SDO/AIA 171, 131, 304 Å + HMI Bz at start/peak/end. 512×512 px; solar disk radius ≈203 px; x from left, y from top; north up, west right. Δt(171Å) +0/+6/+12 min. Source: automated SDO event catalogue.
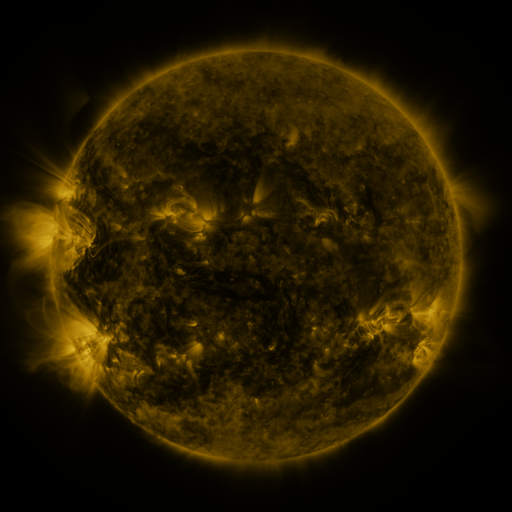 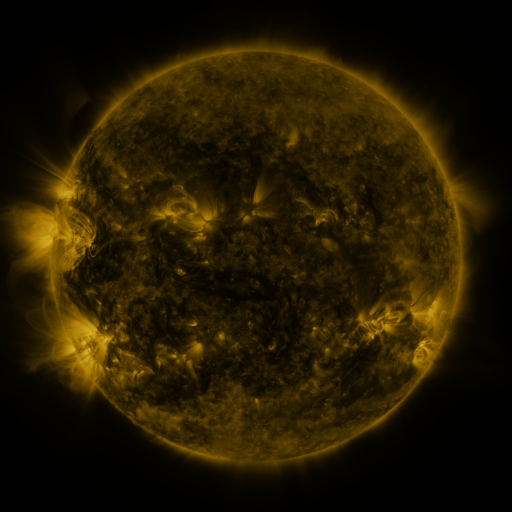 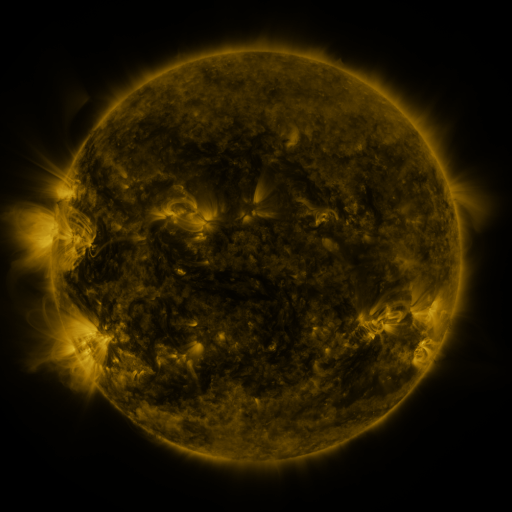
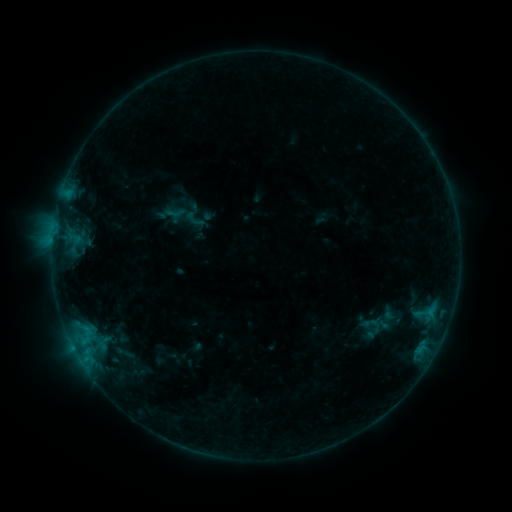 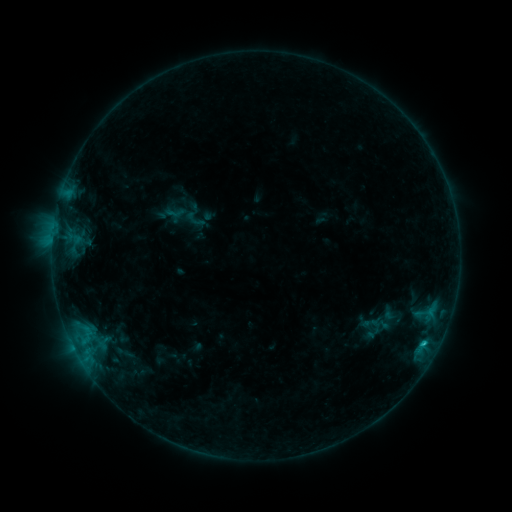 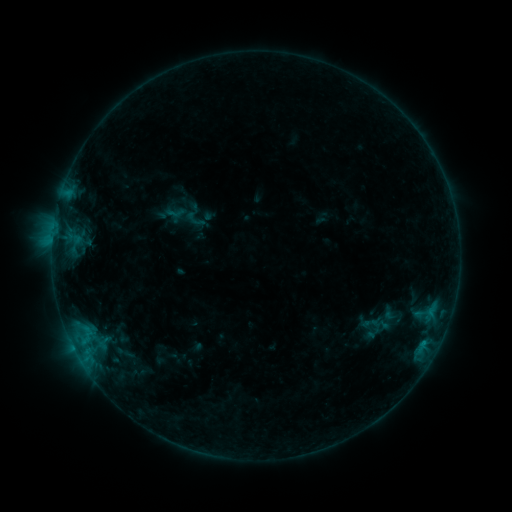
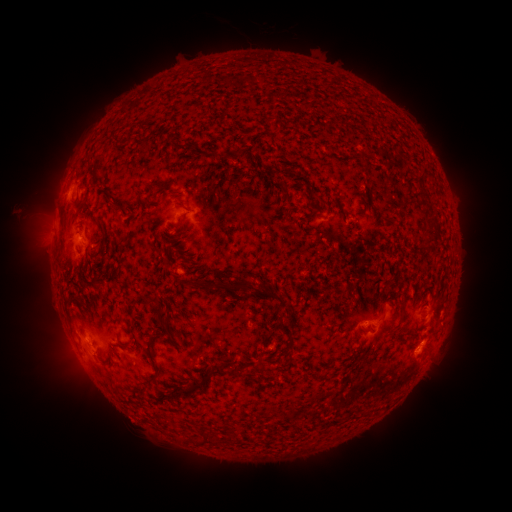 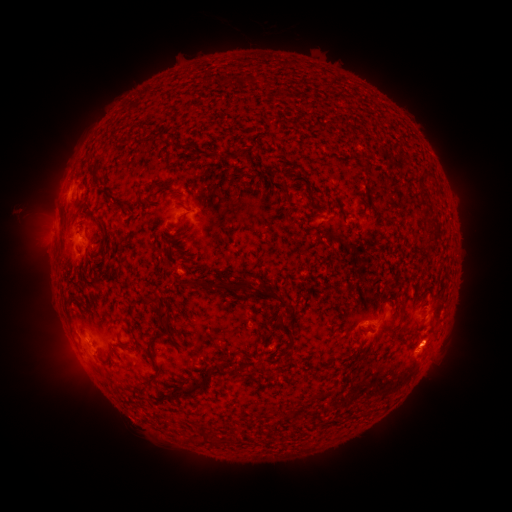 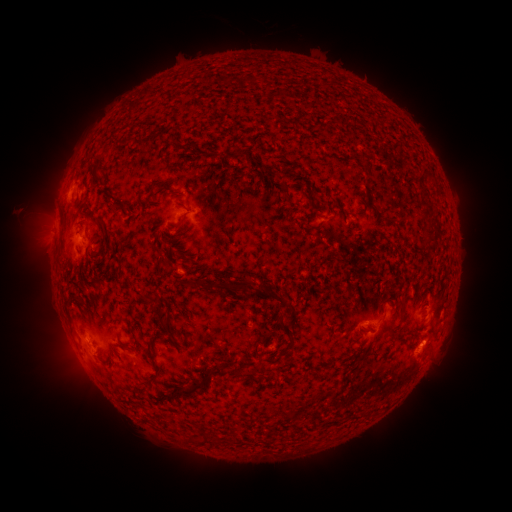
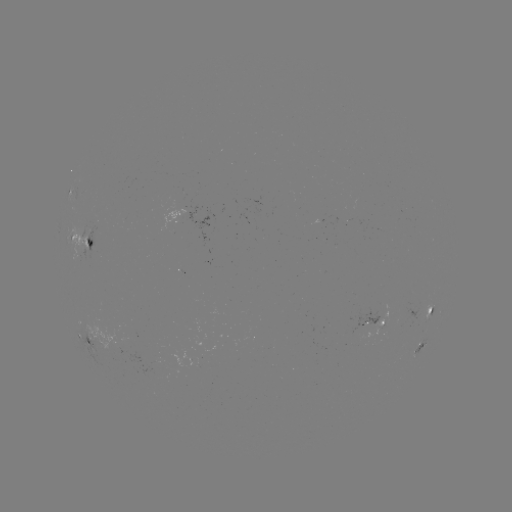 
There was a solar flare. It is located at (422, 342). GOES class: B7.7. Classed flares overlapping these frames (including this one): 1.